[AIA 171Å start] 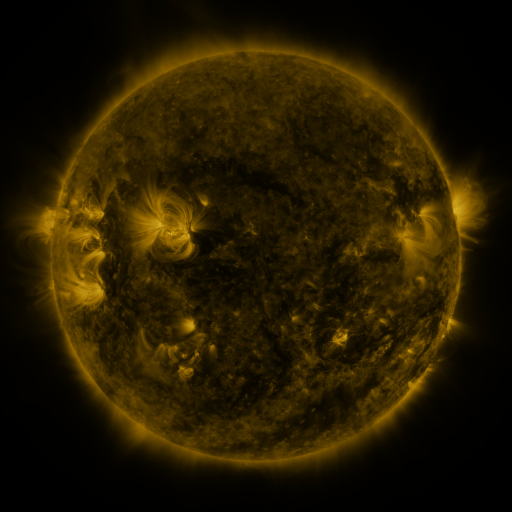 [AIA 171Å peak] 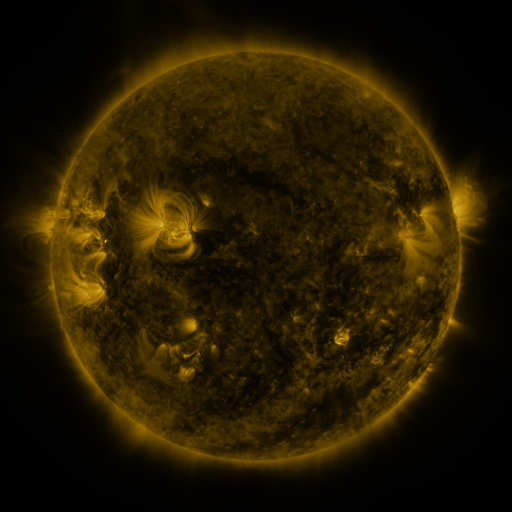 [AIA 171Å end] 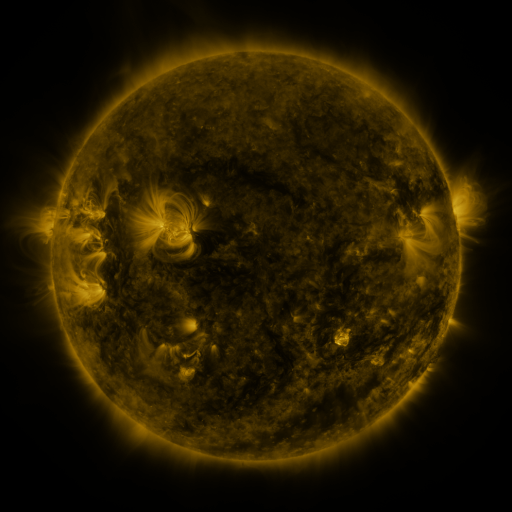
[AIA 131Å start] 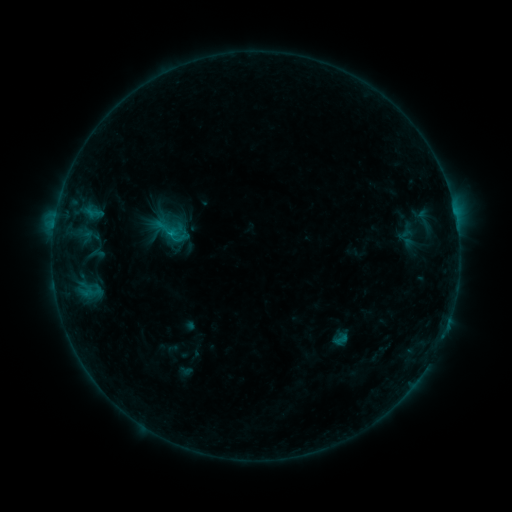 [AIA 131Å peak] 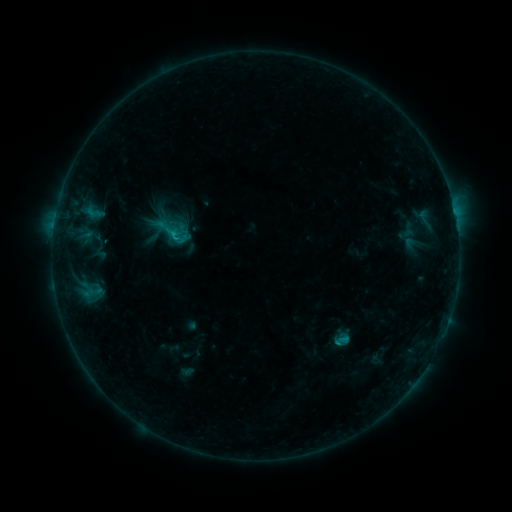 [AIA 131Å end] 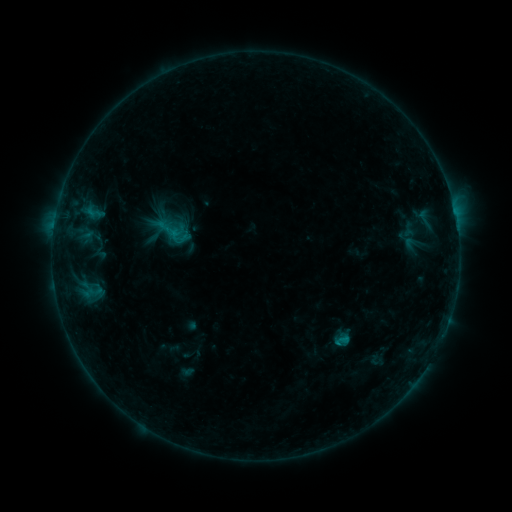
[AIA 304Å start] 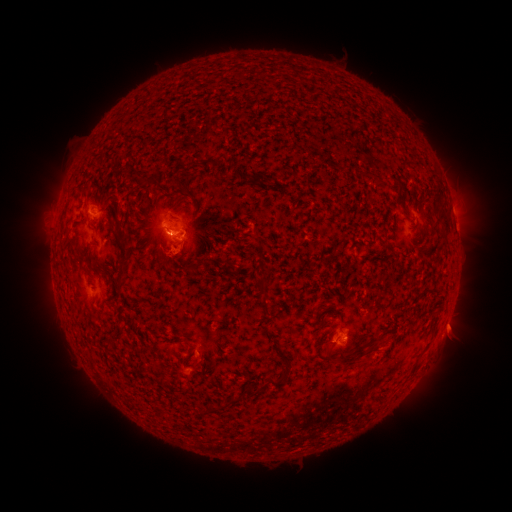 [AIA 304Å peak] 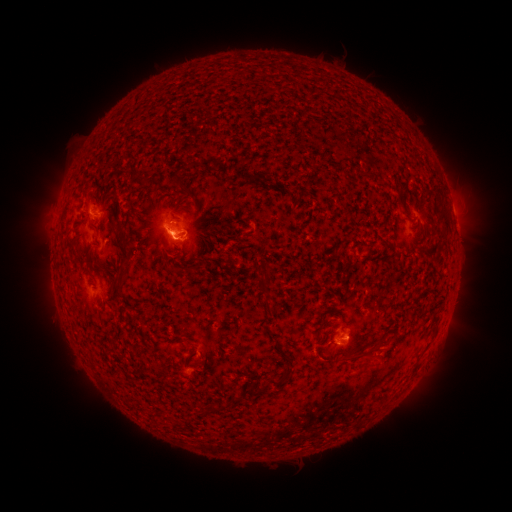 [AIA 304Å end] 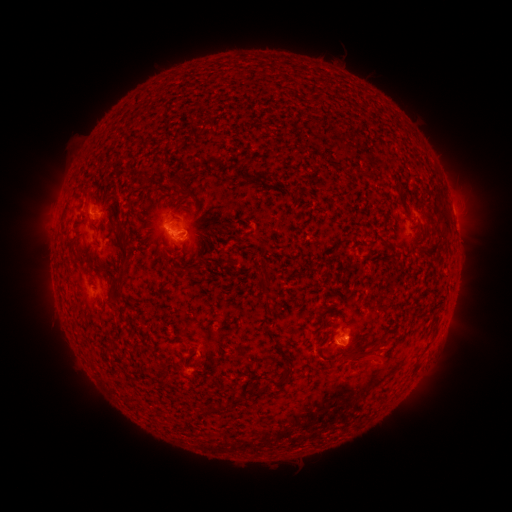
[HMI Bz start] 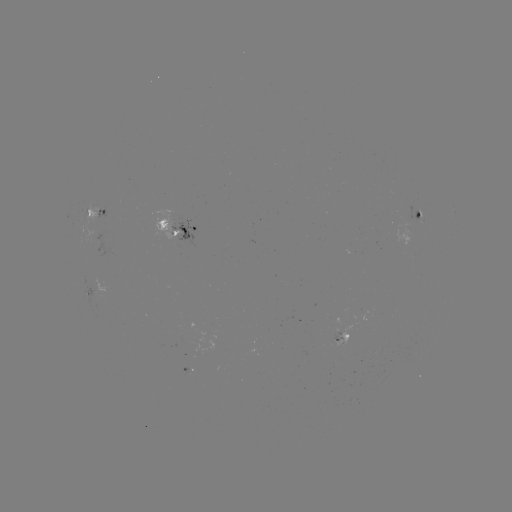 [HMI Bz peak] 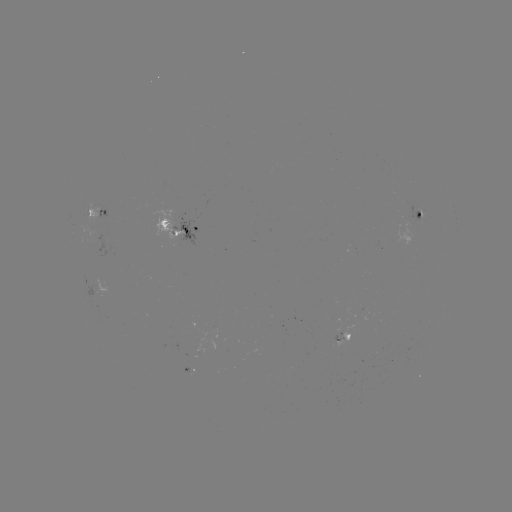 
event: flare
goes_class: C1.1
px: (337, 342)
